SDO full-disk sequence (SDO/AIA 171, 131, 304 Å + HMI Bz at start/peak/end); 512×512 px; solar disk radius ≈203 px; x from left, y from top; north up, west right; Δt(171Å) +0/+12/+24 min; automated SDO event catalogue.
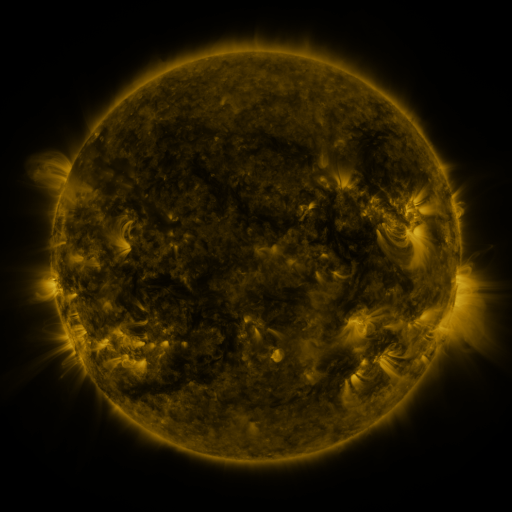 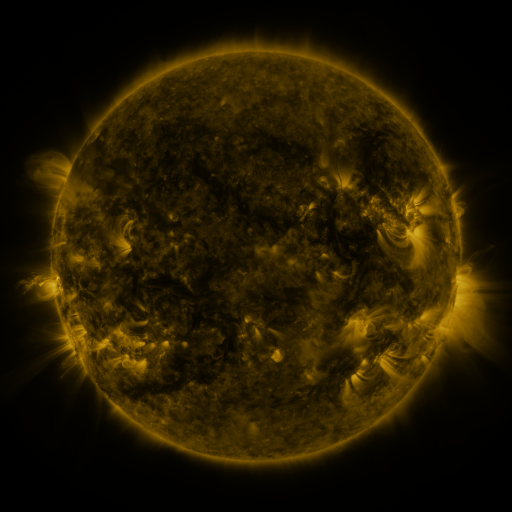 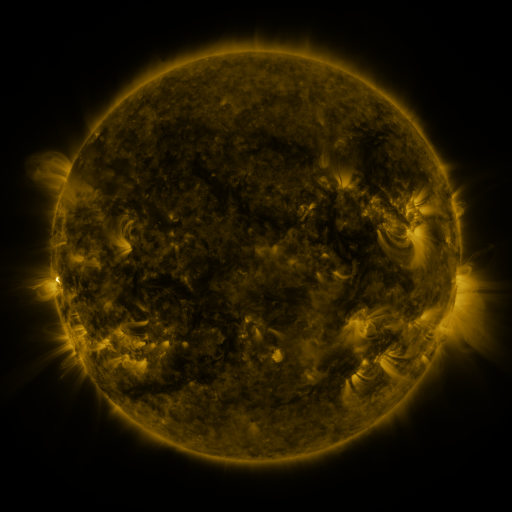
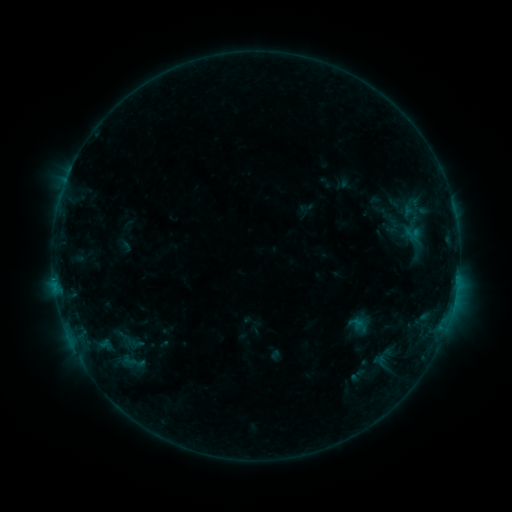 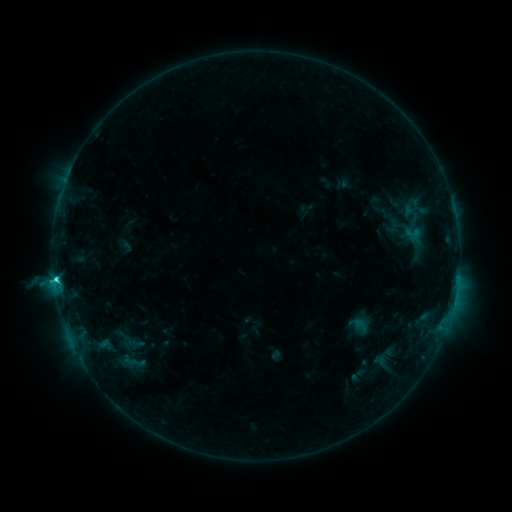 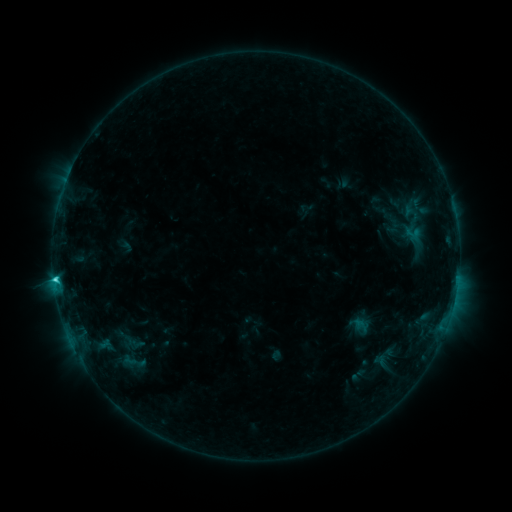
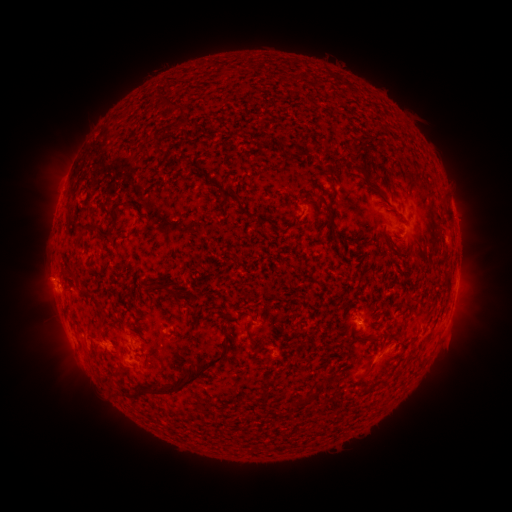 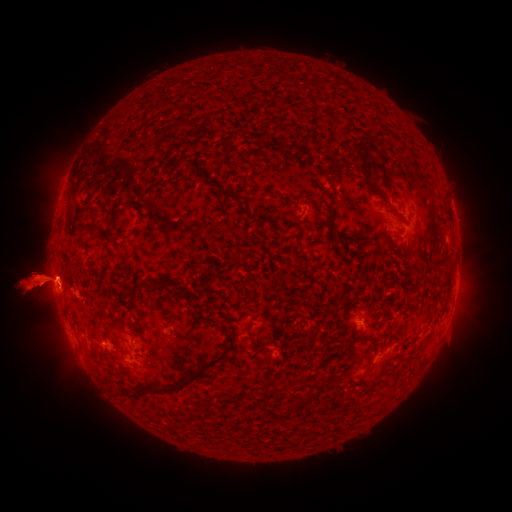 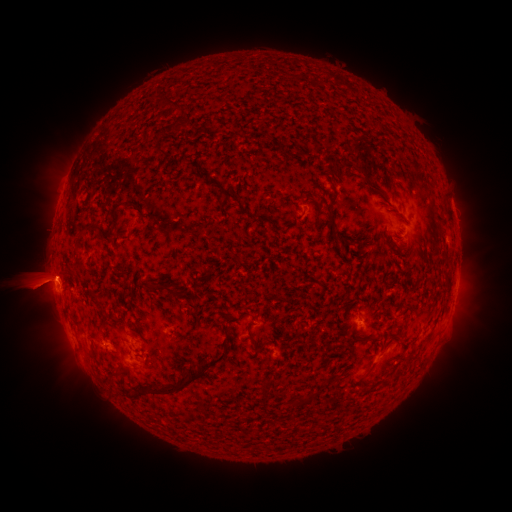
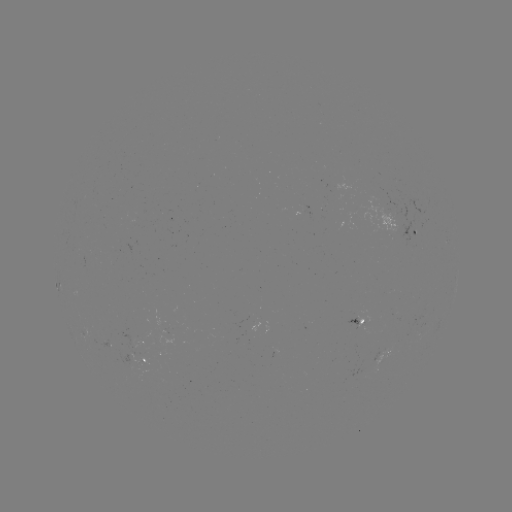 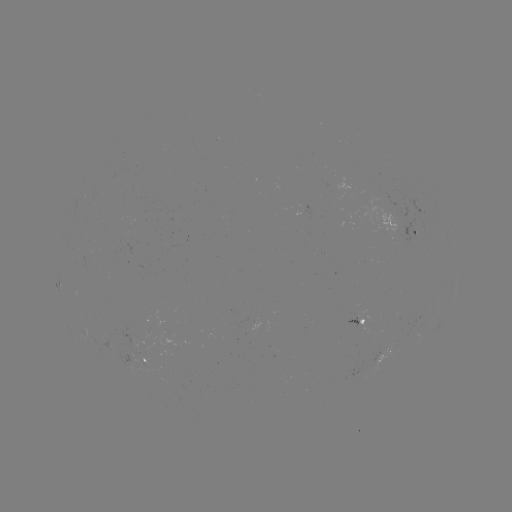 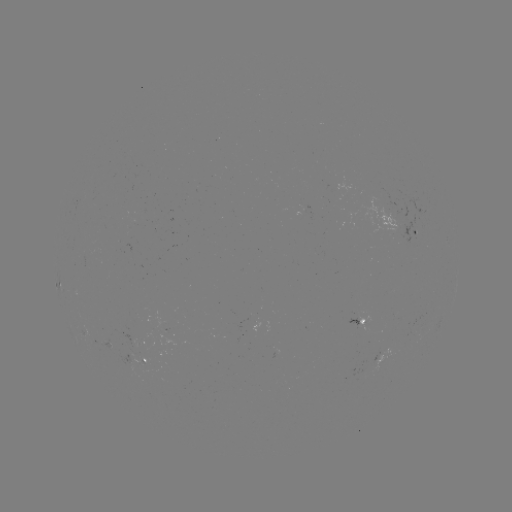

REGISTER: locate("eruption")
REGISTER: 30,284